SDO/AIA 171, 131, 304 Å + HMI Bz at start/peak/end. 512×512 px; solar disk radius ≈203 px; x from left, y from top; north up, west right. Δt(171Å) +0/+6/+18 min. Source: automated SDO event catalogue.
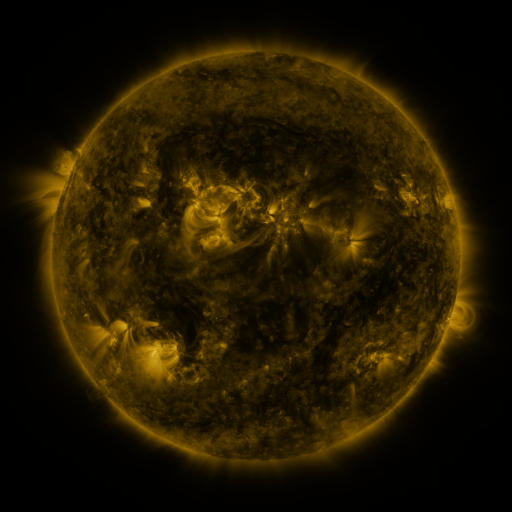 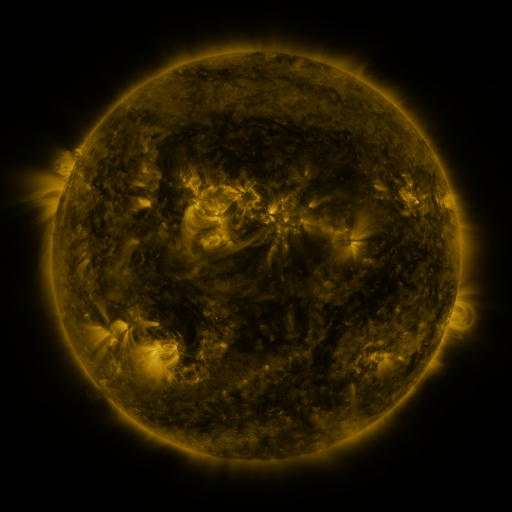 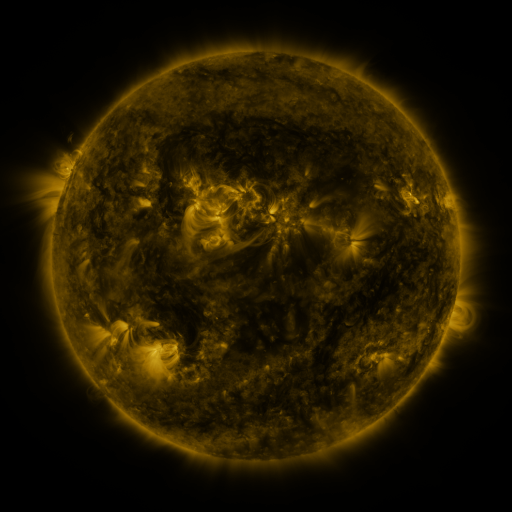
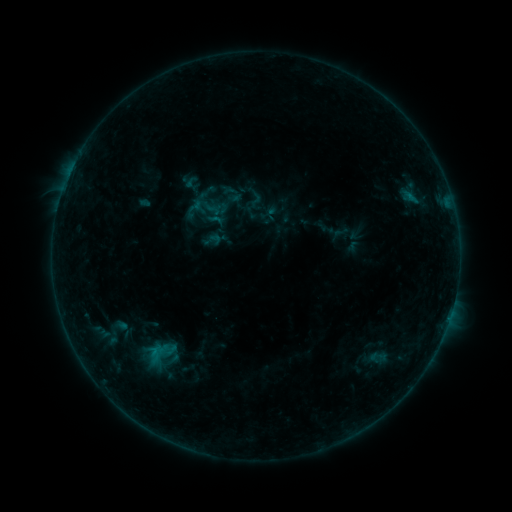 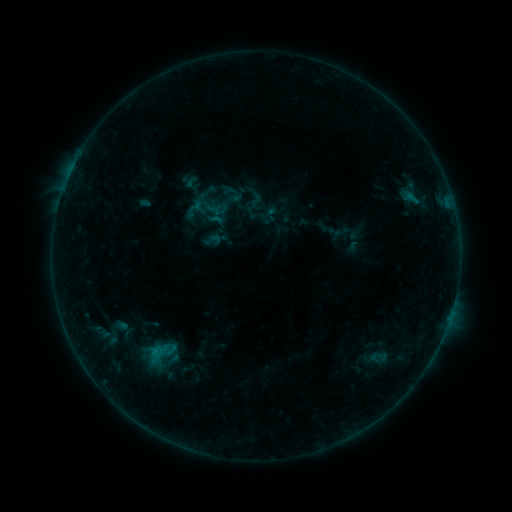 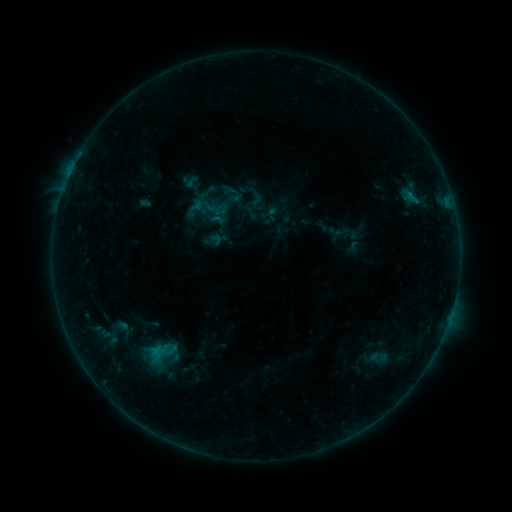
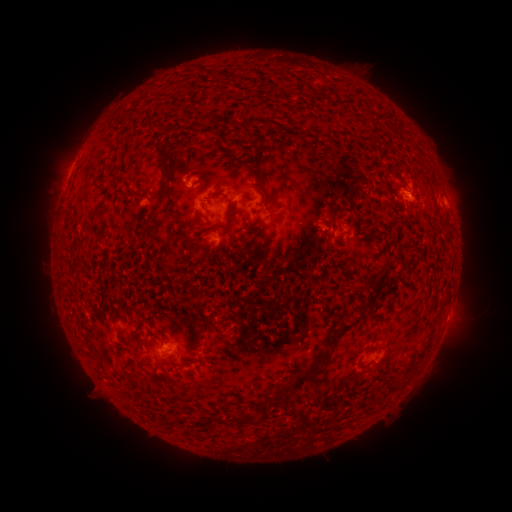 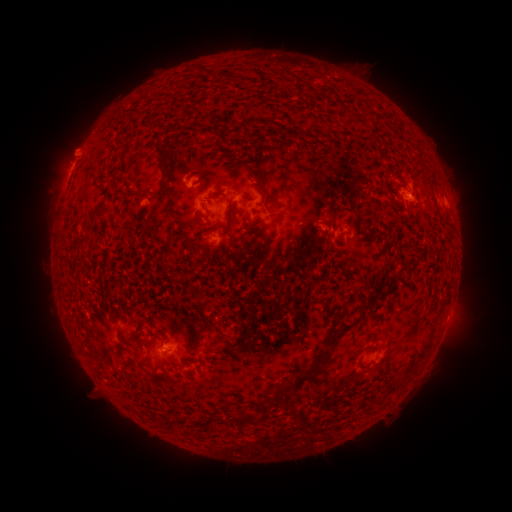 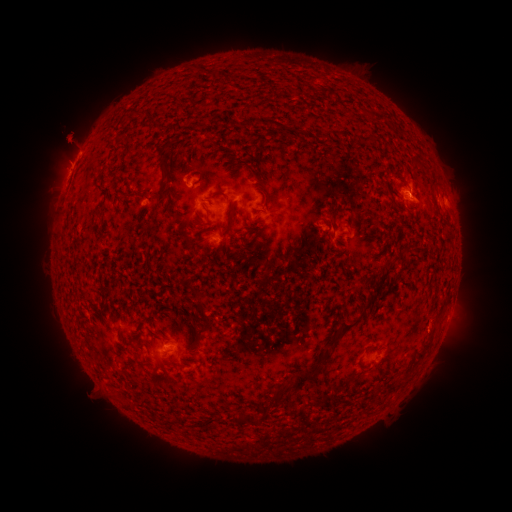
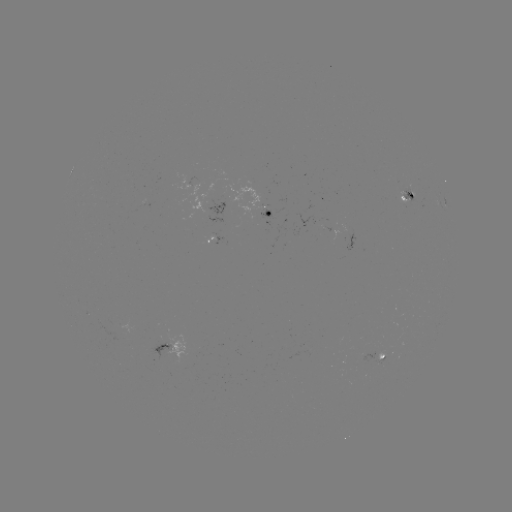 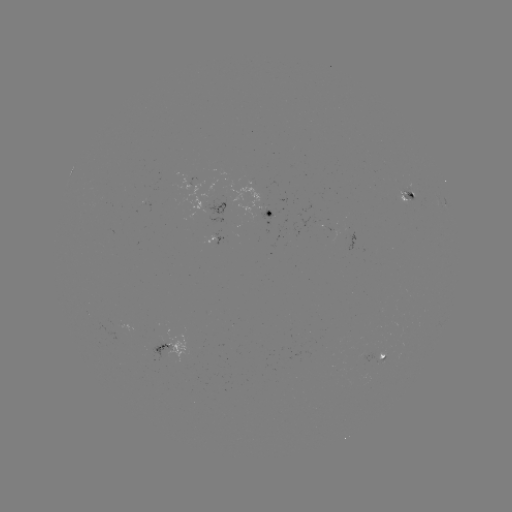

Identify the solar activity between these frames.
eruption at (71, 142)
